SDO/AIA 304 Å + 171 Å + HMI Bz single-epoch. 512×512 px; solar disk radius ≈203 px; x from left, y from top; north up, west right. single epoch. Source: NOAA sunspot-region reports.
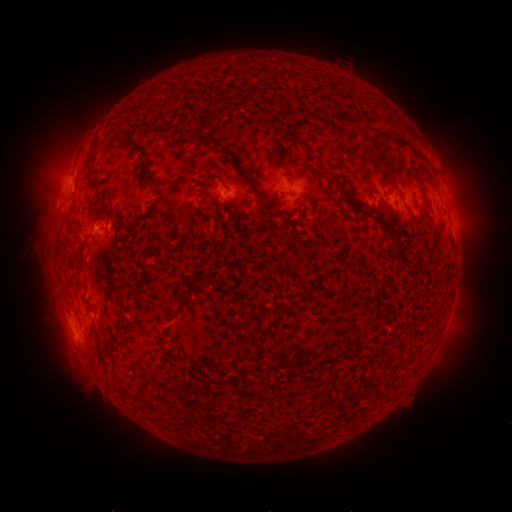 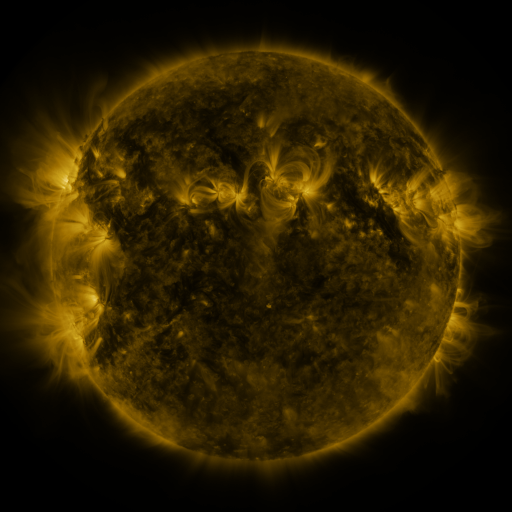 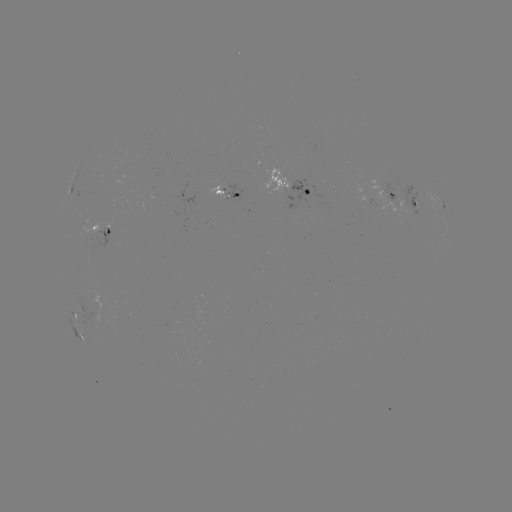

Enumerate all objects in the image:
spotted active region: (295, 189)
spotted active region: (232, 196)
spotted active region: (69, 197)
spotted active region: (406, 202)
spotted active region: (444, 207)
spotted active region: (103, 230)
spotted active region: (77, 320)
